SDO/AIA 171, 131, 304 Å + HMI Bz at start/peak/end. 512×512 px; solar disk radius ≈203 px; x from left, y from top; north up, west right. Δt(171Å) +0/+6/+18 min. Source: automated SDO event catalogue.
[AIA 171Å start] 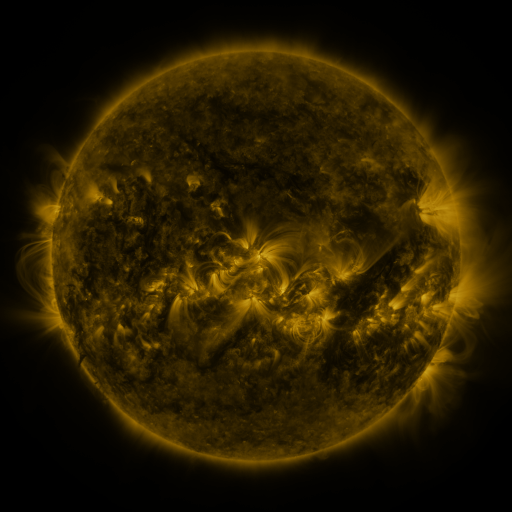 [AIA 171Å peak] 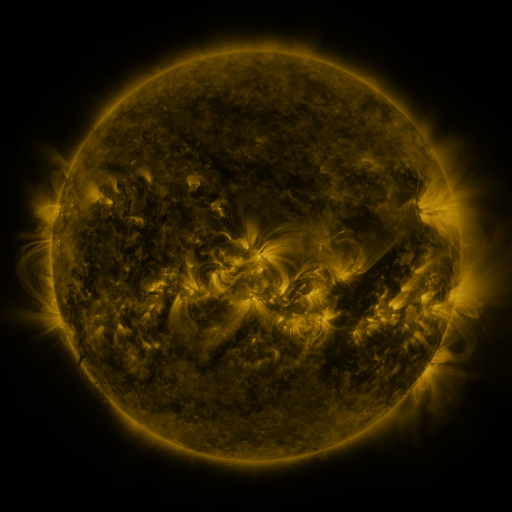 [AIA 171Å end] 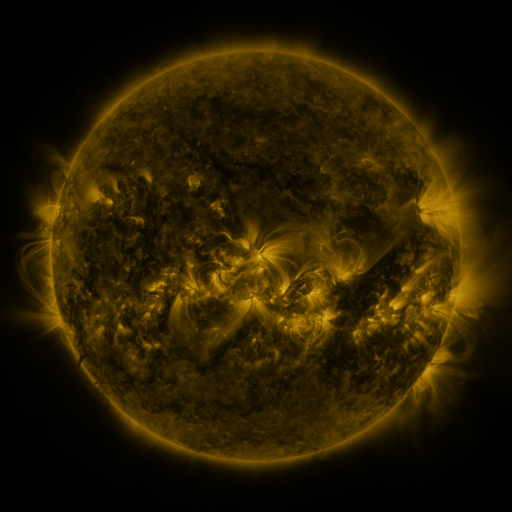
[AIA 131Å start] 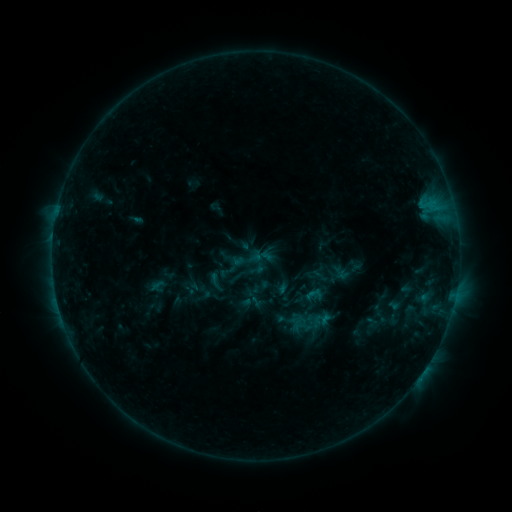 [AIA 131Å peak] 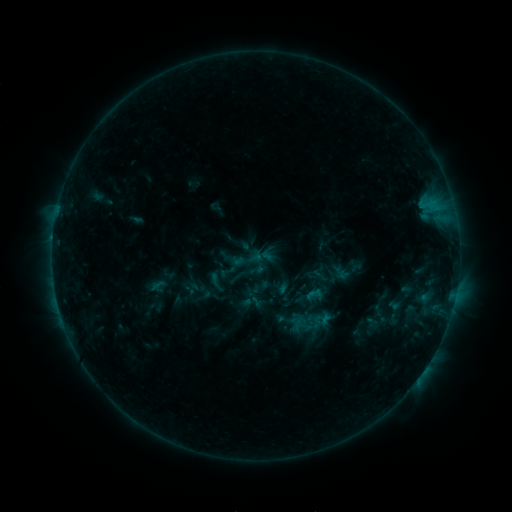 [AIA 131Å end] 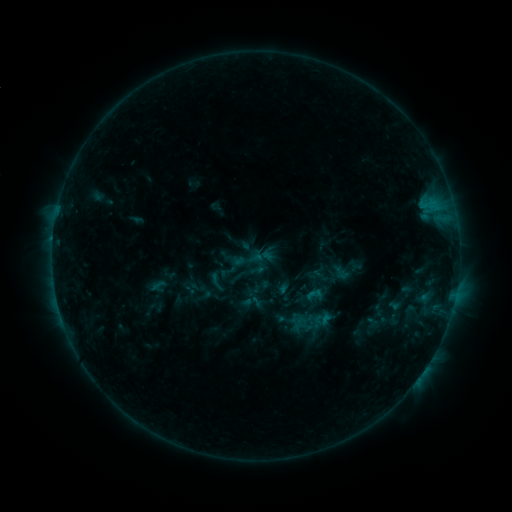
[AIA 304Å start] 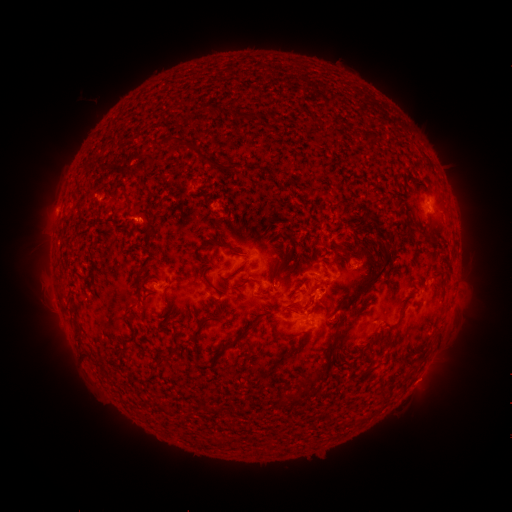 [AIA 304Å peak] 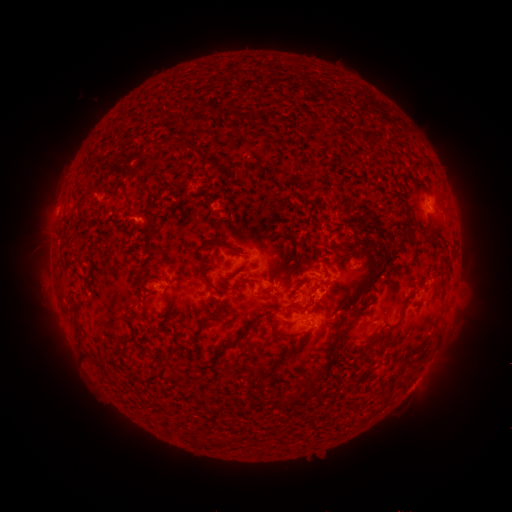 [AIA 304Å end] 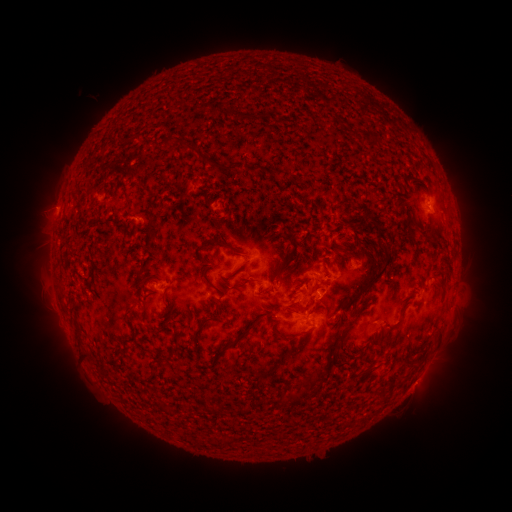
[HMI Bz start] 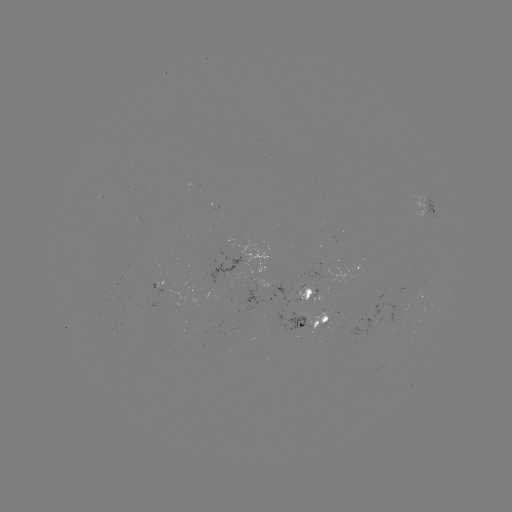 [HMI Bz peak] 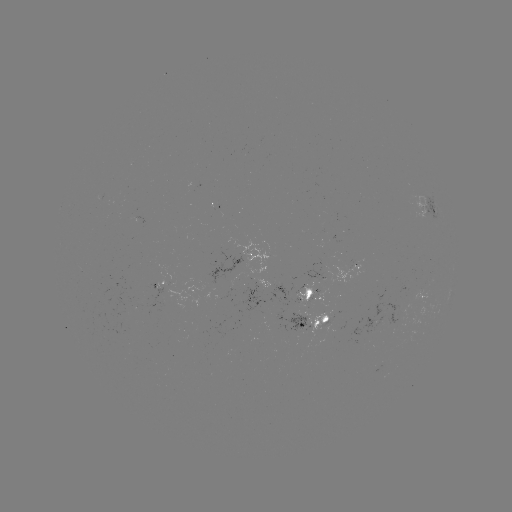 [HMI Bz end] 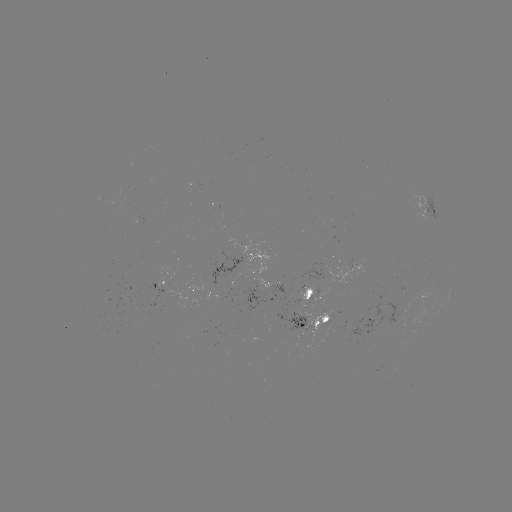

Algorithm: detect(eruption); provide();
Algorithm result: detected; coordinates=(418, 388)